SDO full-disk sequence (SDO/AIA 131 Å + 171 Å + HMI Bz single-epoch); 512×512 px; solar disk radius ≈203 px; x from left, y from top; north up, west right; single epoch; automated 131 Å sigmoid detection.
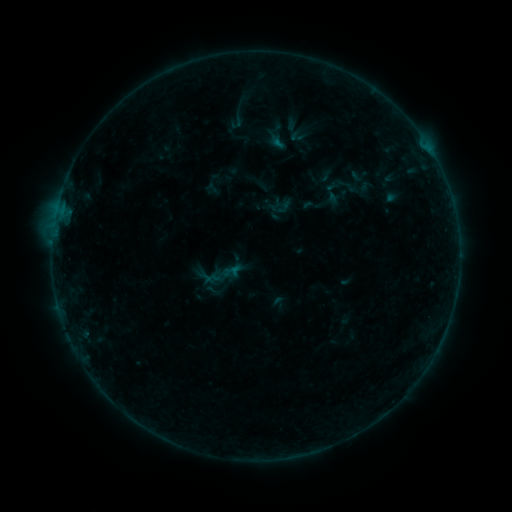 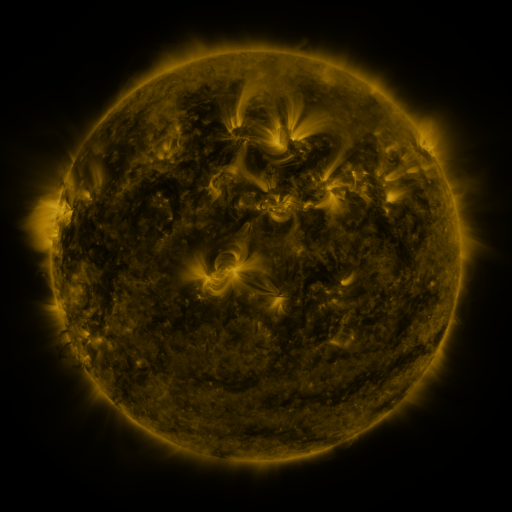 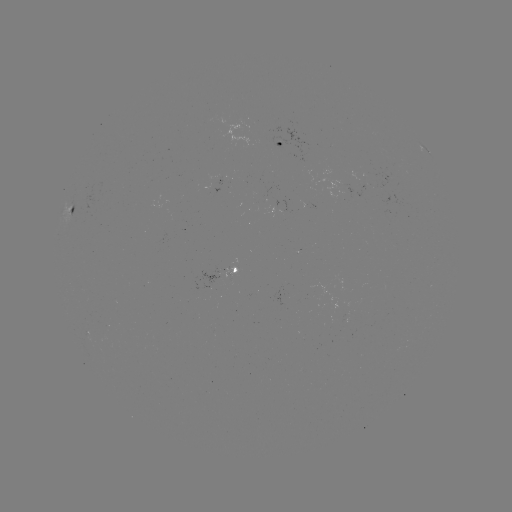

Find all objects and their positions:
sigmoid: (239, 114)
